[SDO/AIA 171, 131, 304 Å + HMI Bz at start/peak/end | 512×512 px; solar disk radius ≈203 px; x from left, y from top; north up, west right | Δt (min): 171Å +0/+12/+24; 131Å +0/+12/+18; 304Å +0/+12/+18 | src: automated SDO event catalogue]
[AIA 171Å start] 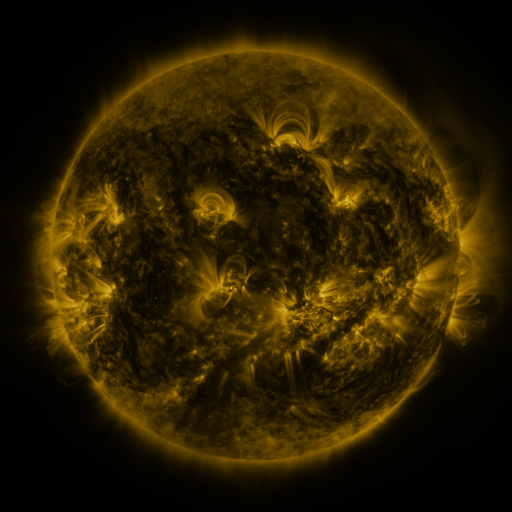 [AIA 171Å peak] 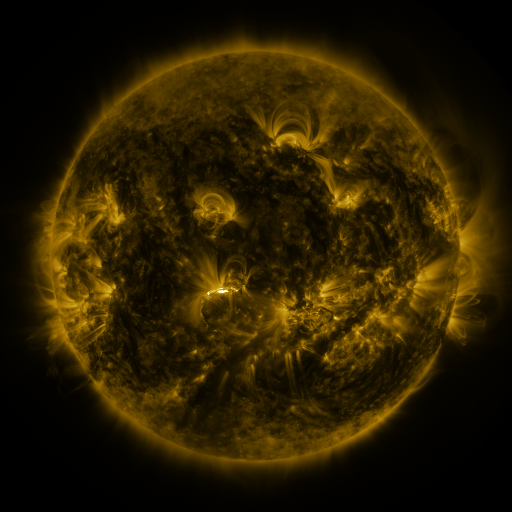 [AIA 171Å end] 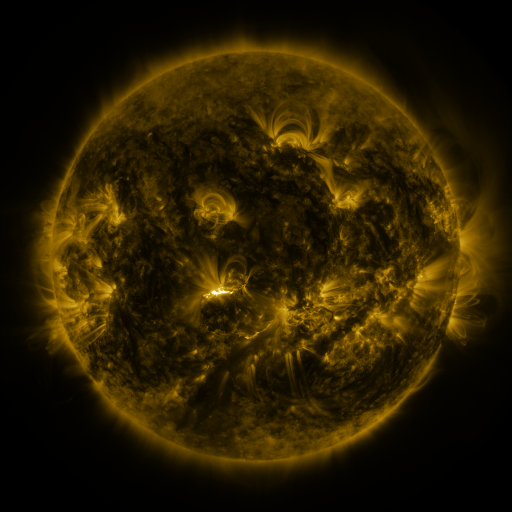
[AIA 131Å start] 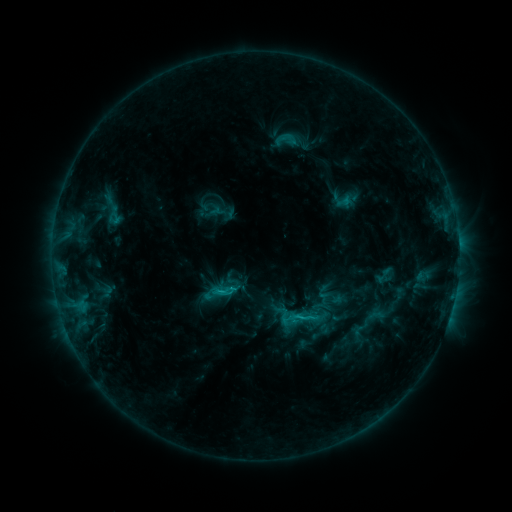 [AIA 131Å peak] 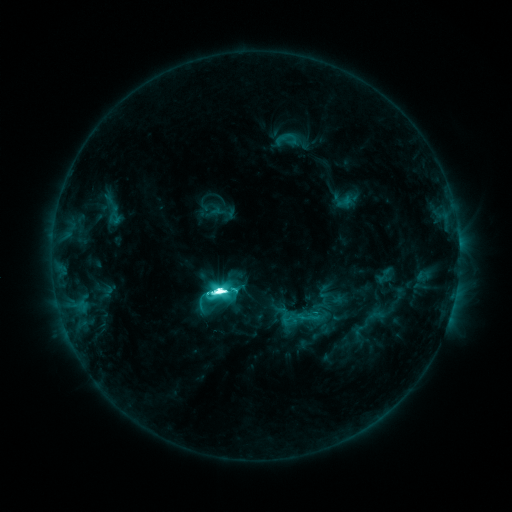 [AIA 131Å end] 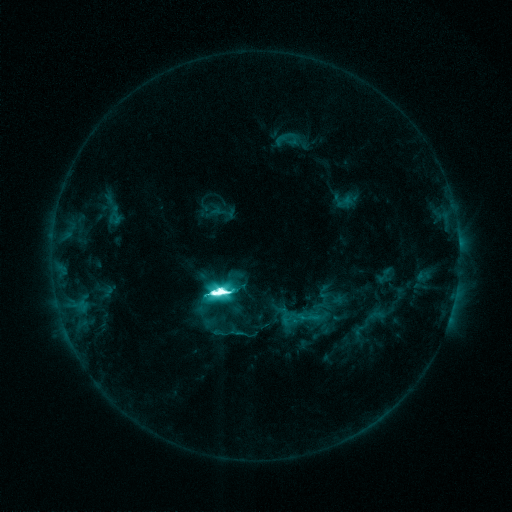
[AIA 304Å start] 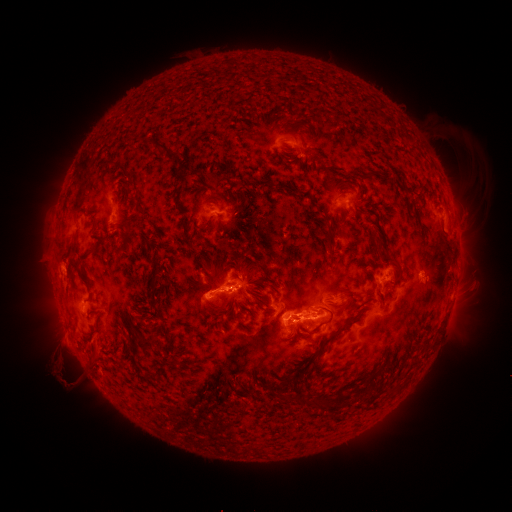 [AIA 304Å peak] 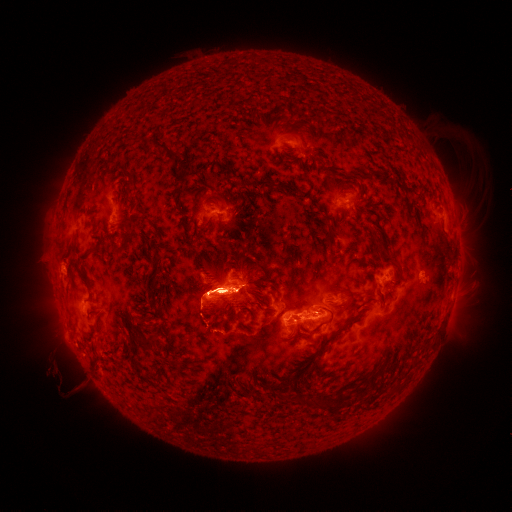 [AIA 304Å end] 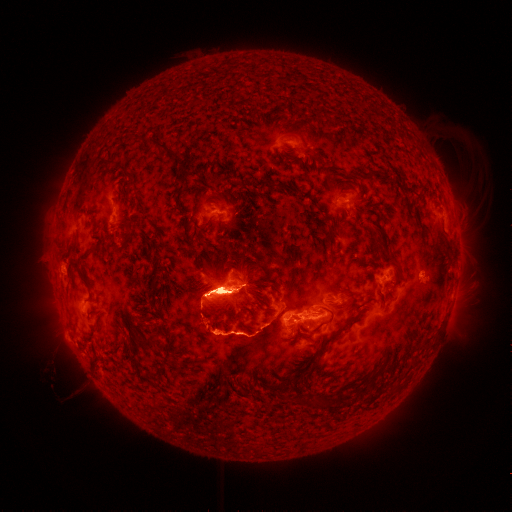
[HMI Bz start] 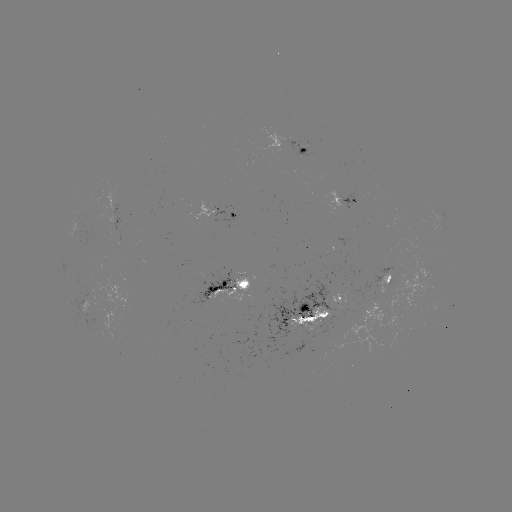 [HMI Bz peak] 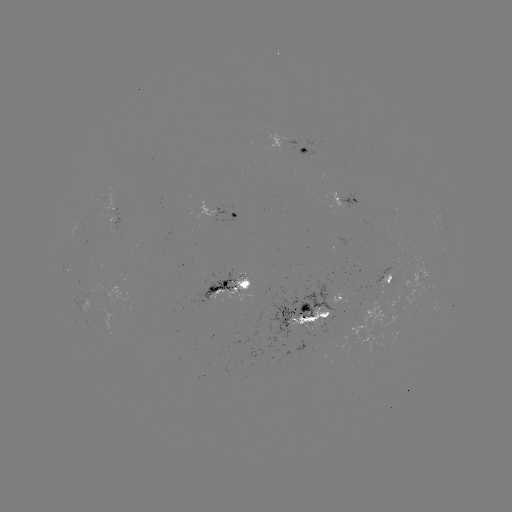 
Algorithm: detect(M6.9 flare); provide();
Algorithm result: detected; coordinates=221,290